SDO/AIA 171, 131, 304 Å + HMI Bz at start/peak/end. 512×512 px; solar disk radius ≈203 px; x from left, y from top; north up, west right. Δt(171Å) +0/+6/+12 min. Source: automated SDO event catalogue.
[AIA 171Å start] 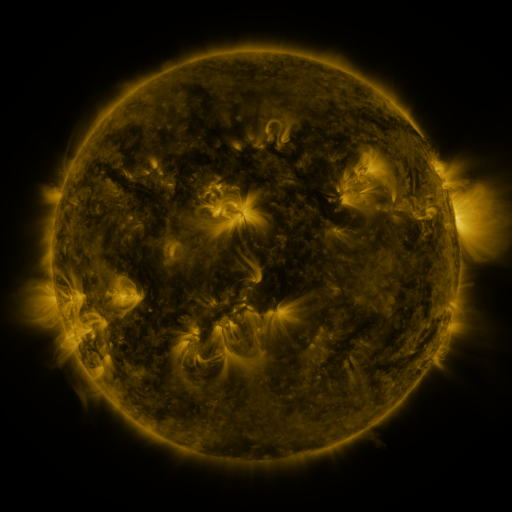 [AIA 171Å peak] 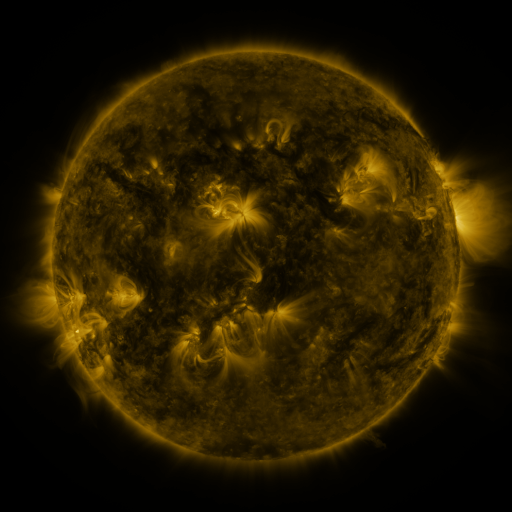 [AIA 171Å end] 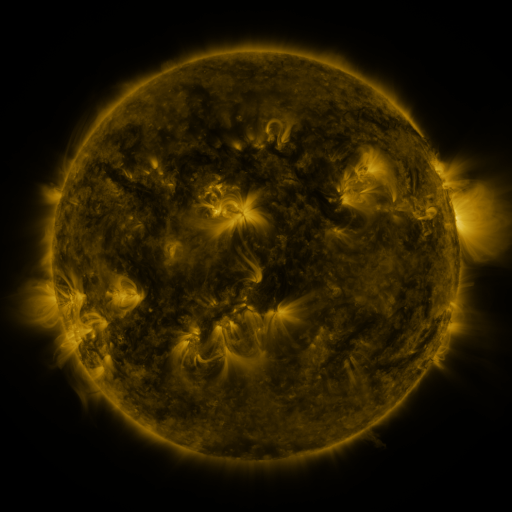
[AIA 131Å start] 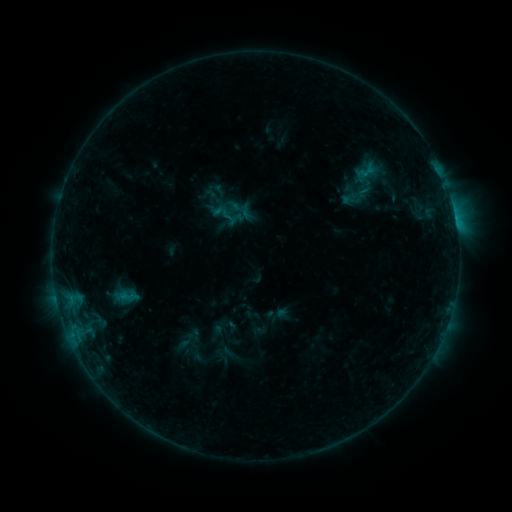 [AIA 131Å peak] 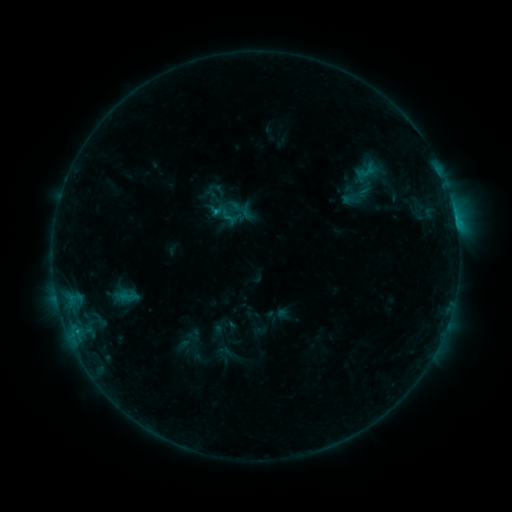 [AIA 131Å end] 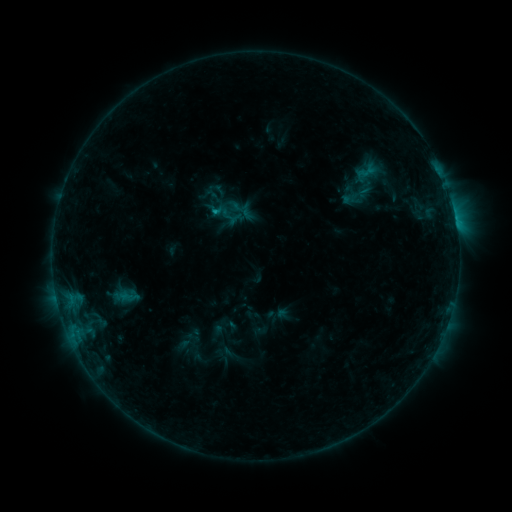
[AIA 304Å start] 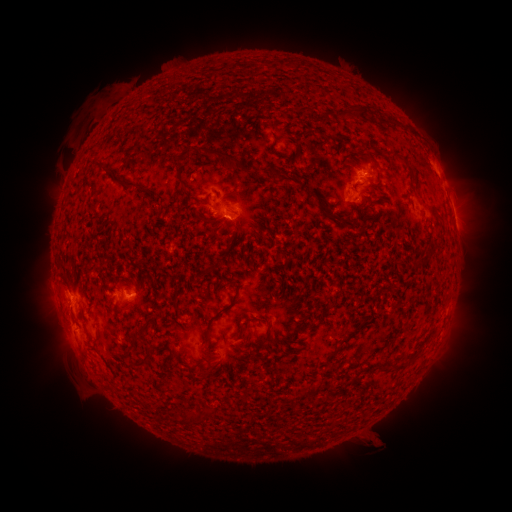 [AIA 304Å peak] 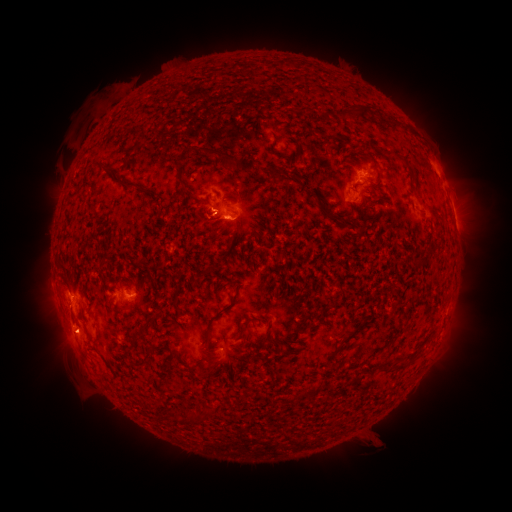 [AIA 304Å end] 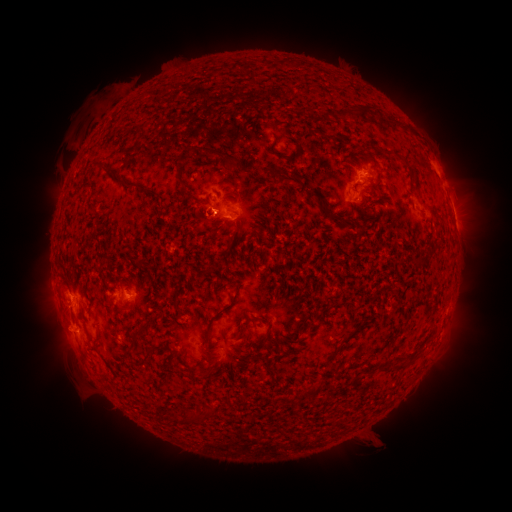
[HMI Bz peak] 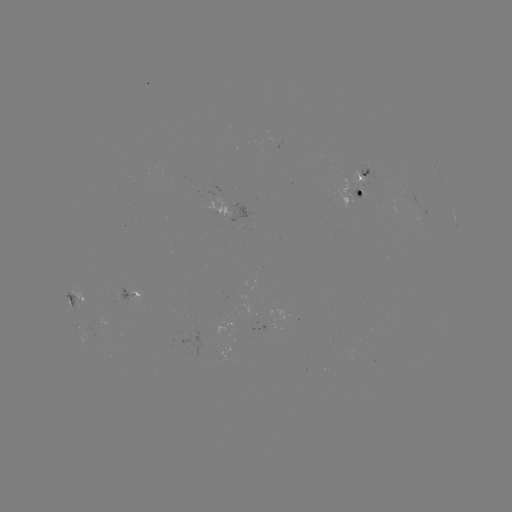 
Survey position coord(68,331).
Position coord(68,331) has eruption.